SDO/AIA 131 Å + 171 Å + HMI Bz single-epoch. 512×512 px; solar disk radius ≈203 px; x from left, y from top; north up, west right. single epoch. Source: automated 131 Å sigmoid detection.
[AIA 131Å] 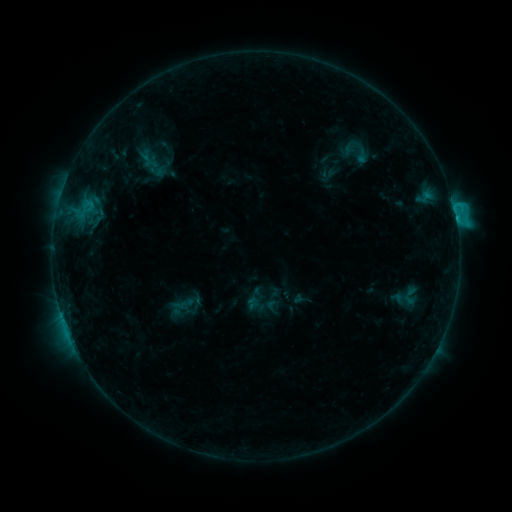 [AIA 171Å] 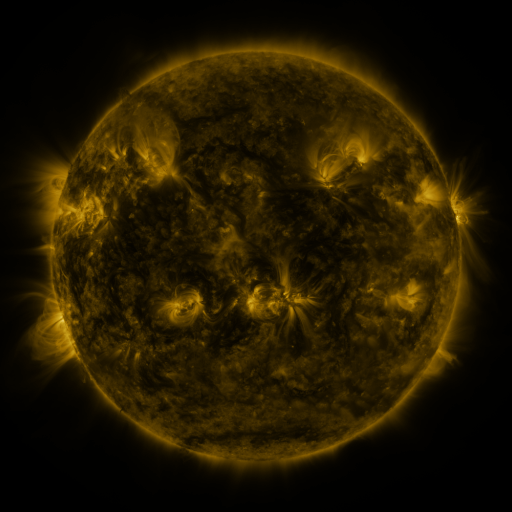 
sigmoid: [343, 139, 381, 166]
